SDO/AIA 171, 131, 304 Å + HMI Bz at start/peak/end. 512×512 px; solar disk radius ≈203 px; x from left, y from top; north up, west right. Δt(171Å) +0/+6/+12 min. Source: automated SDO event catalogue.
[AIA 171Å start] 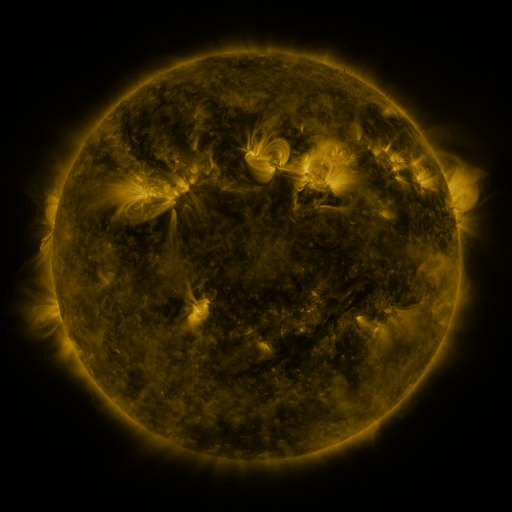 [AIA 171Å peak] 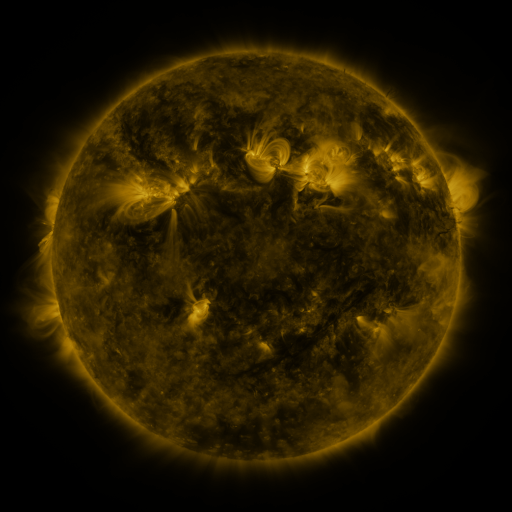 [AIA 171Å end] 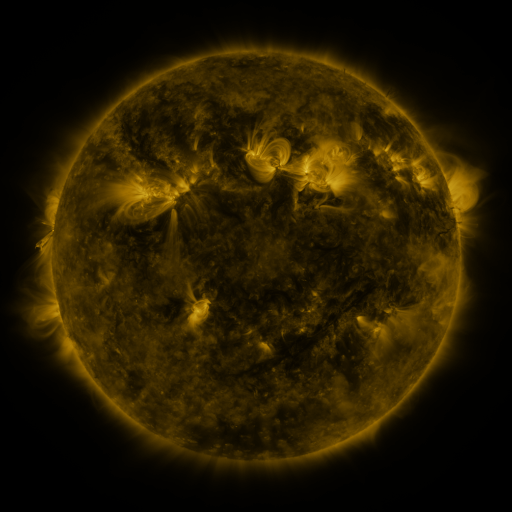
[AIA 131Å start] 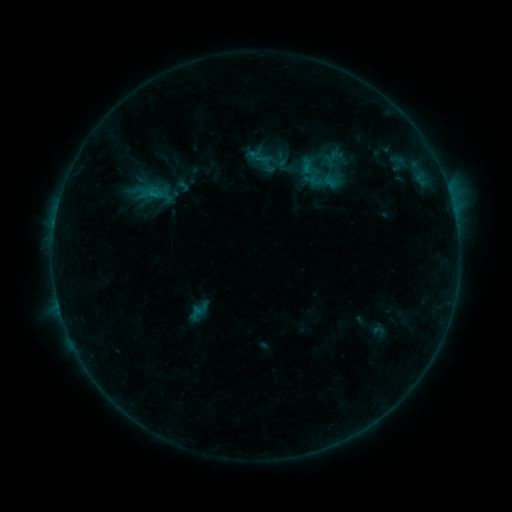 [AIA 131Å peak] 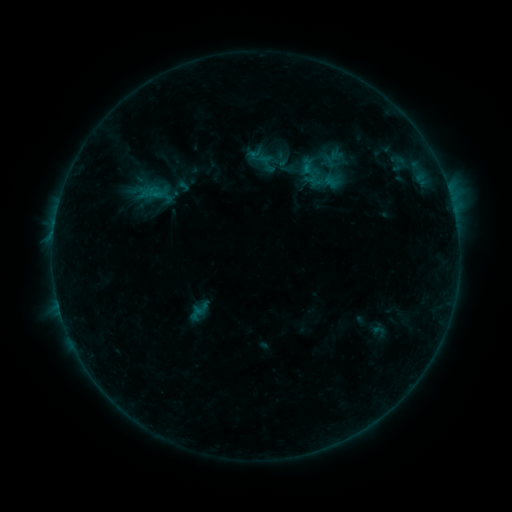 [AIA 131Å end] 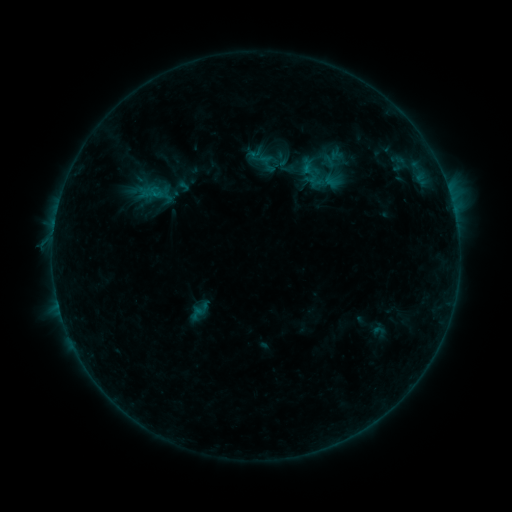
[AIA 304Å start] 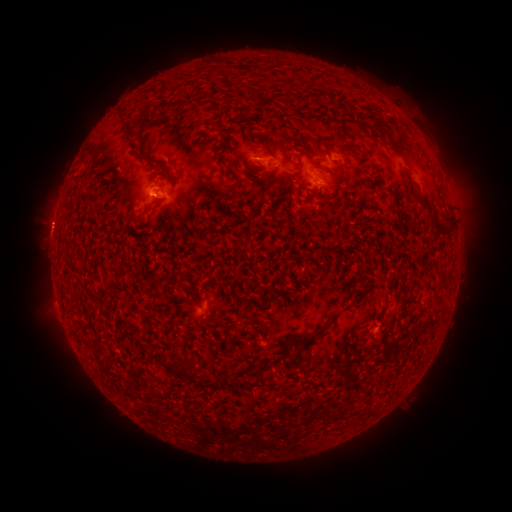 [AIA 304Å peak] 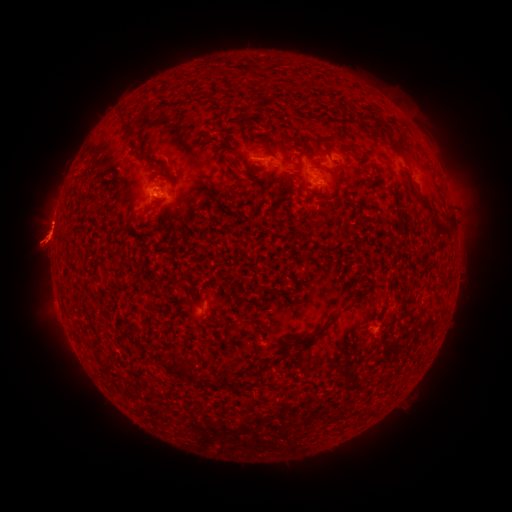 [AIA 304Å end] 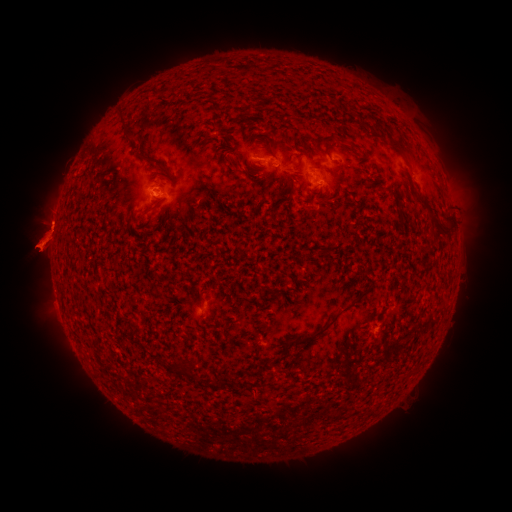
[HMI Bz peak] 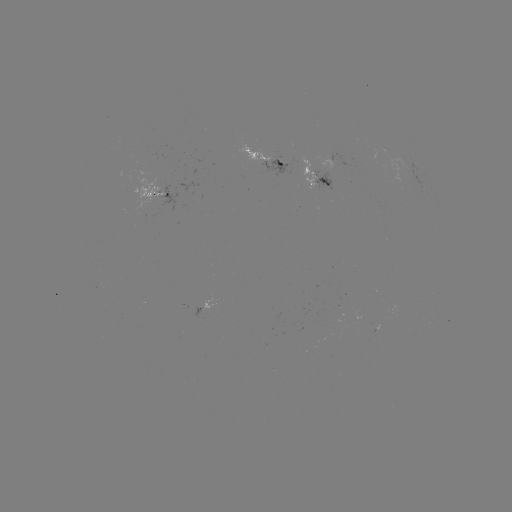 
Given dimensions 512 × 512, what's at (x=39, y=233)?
eruption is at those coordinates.